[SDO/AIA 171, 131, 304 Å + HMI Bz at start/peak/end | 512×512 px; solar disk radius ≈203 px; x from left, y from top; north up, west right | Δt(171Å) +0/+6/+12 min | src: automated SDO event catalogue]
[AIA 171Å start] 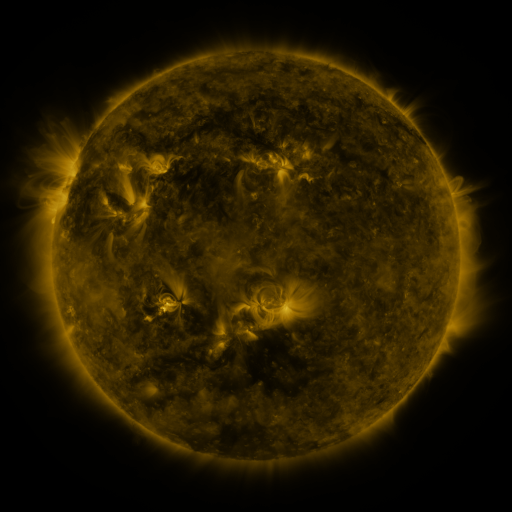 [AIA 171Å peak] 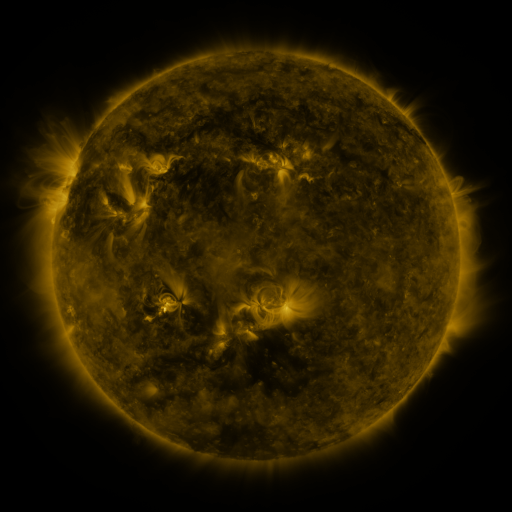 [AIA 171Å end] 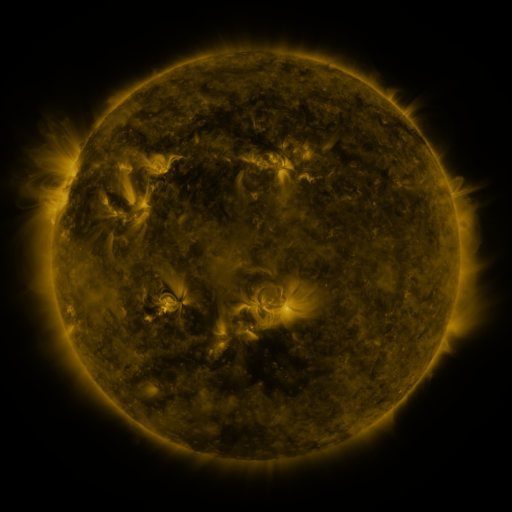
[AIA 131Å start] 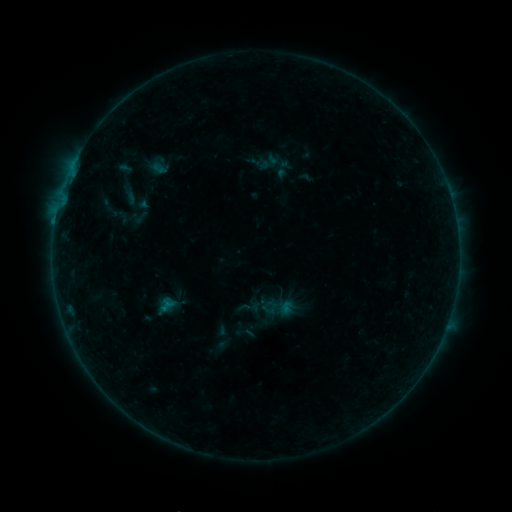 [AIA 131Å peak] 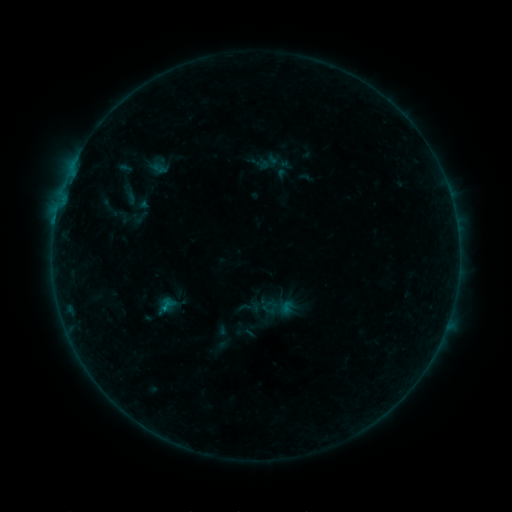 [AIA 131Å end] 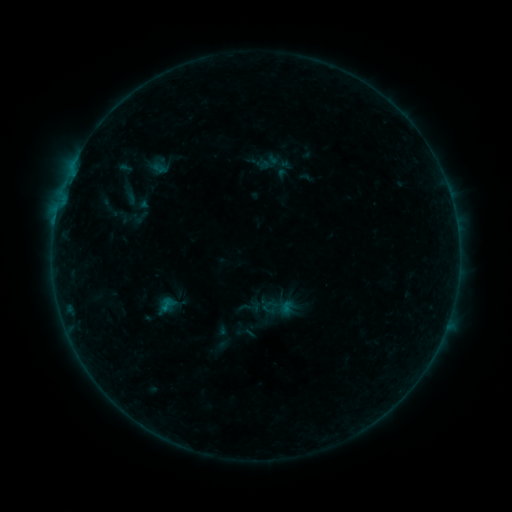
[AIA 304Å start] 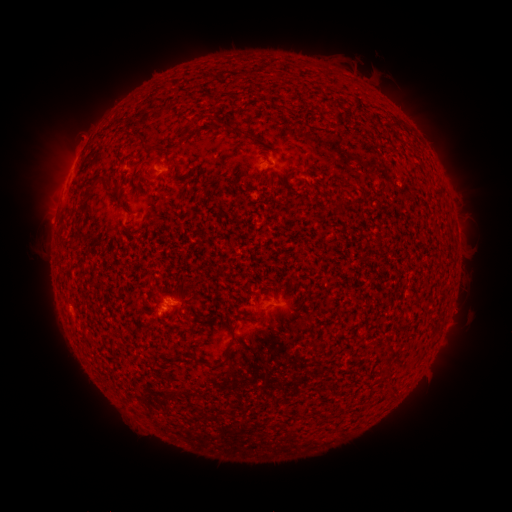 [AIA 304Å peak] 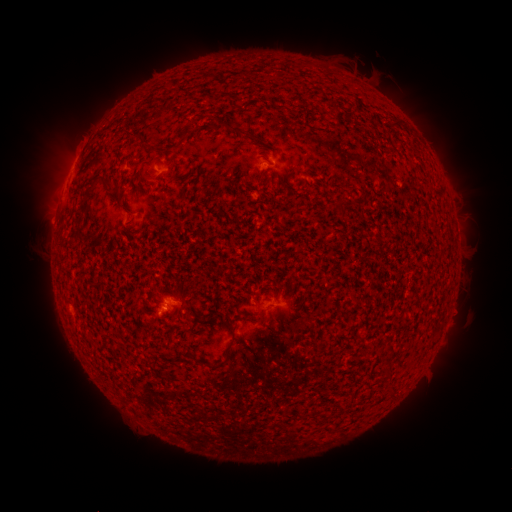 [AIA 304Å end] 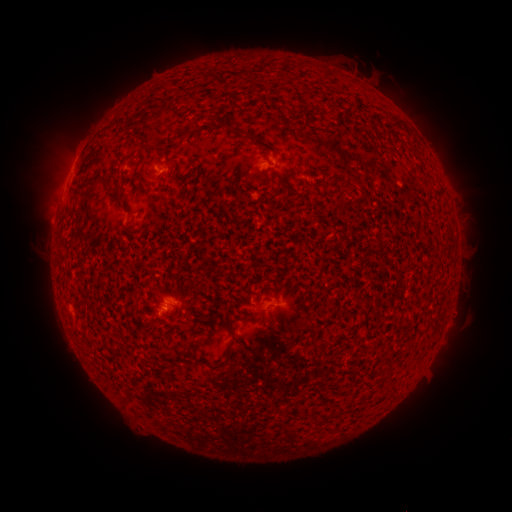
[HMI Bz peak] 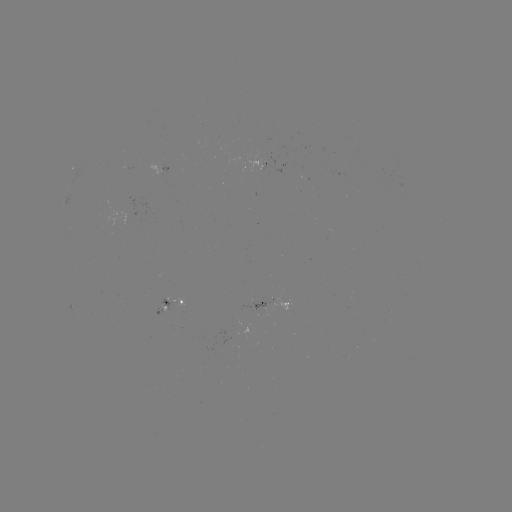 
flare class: B1.3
